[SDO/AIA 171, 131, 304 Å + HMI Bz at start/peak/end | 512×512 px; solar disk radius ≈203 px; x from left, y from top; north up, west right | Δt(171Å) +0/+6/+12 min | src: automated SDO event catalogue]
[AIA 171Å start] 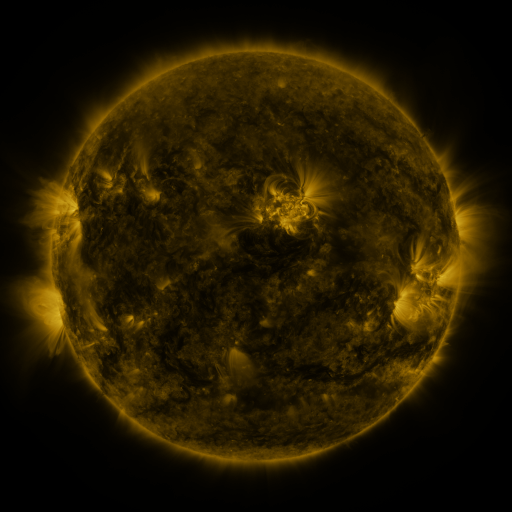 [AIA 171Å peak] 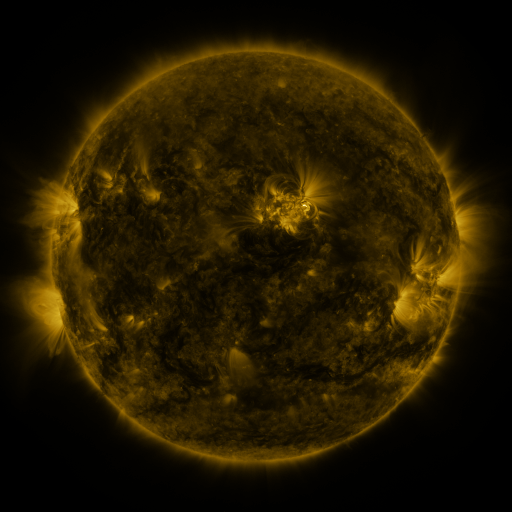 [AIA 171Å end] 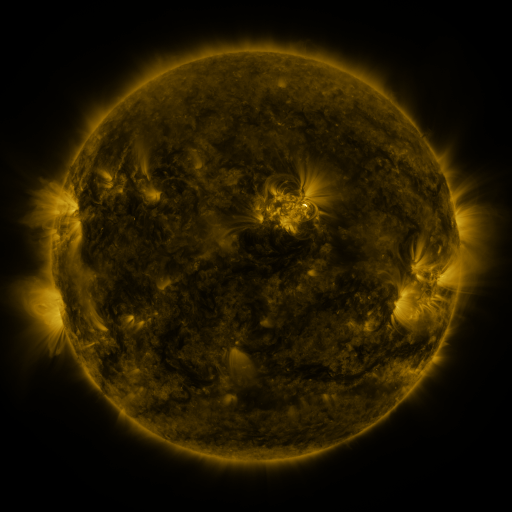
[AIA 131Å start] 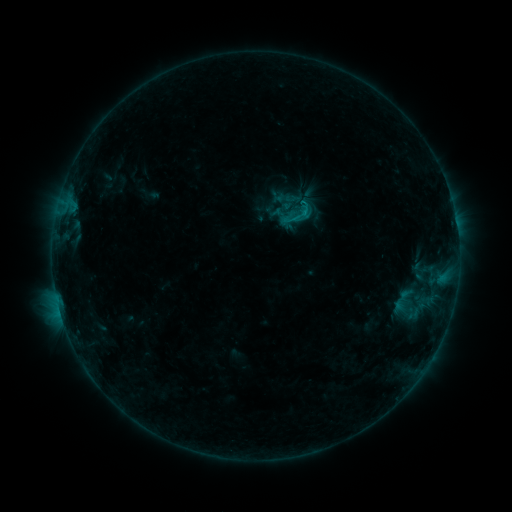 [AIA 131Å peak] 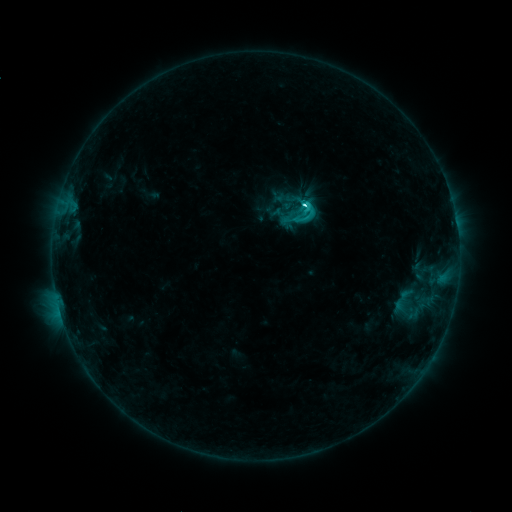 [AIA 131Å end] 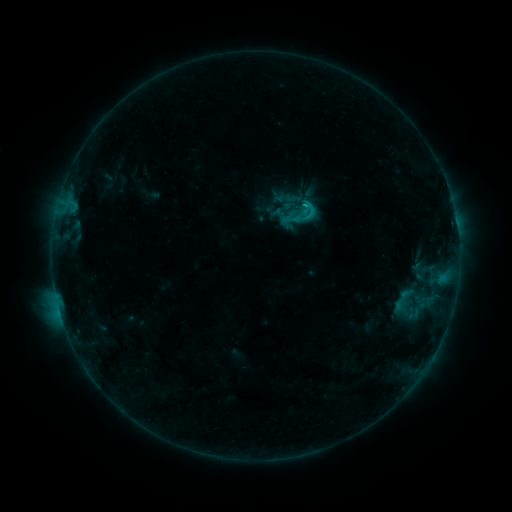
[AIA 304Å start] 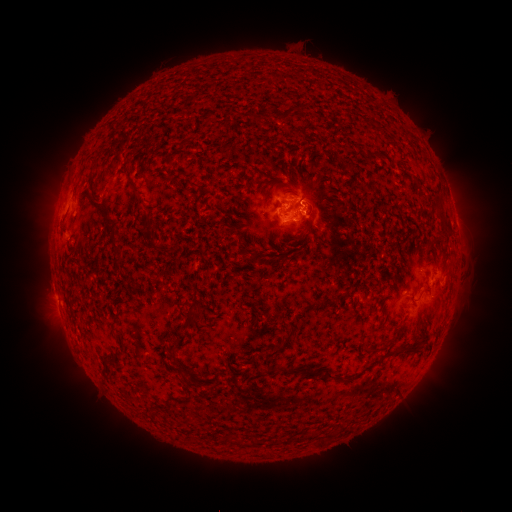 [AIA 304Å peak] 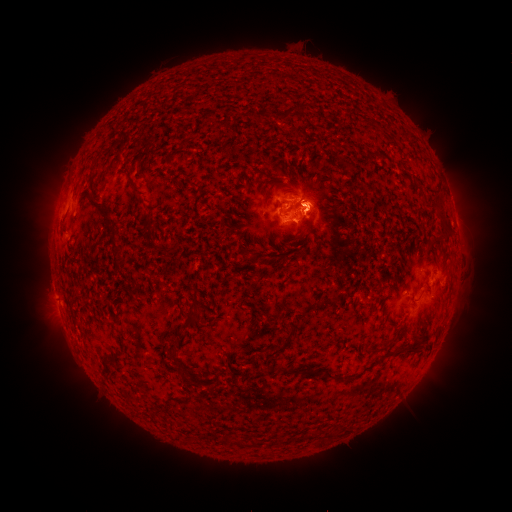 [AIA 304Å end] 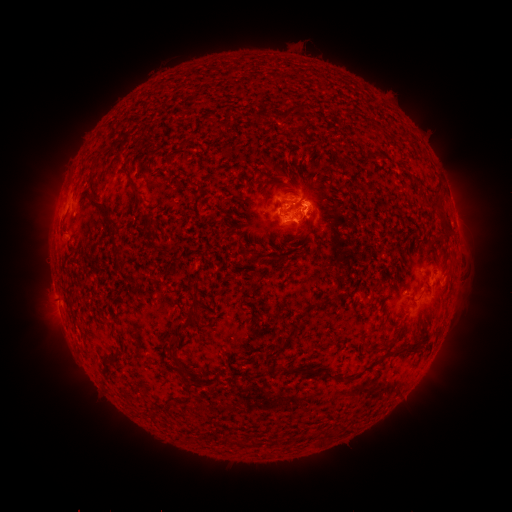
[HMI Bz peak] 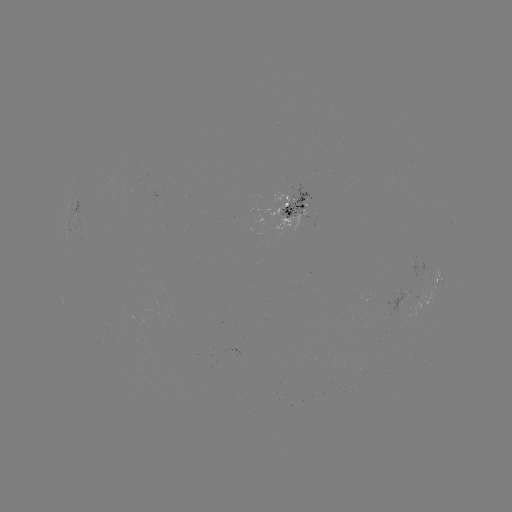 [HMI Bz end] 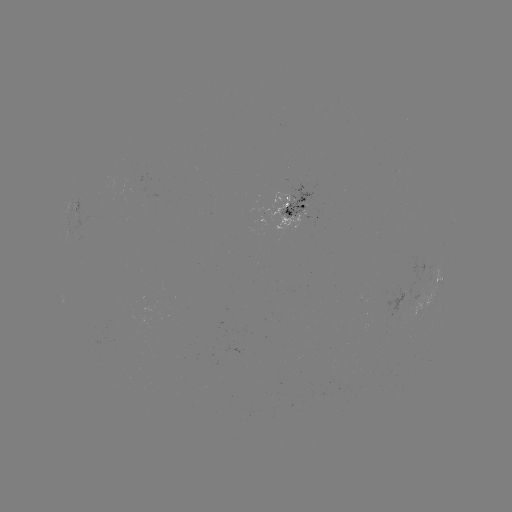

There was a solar eruption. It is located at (319, 205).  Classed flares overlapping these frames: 1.